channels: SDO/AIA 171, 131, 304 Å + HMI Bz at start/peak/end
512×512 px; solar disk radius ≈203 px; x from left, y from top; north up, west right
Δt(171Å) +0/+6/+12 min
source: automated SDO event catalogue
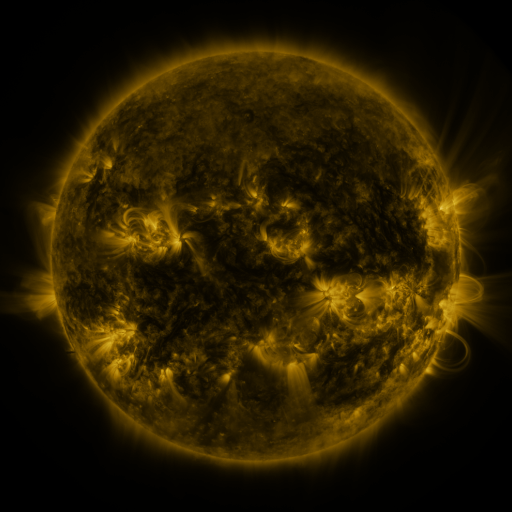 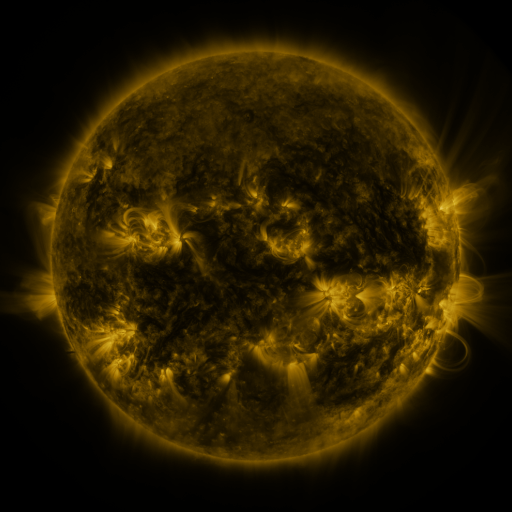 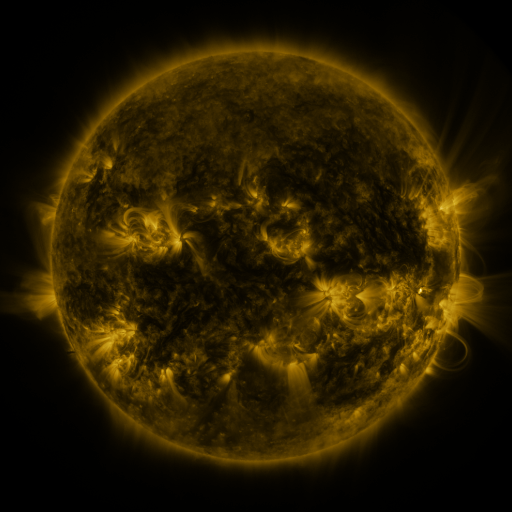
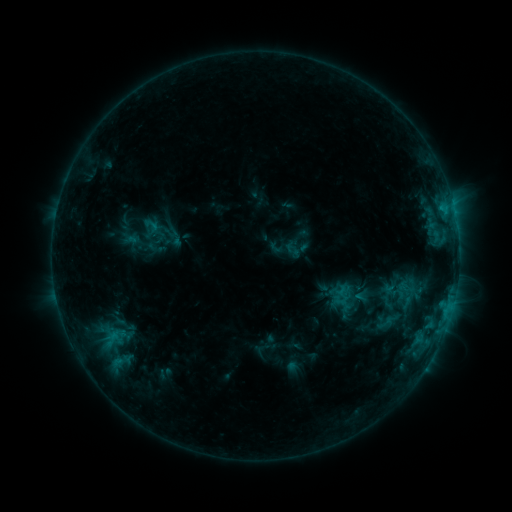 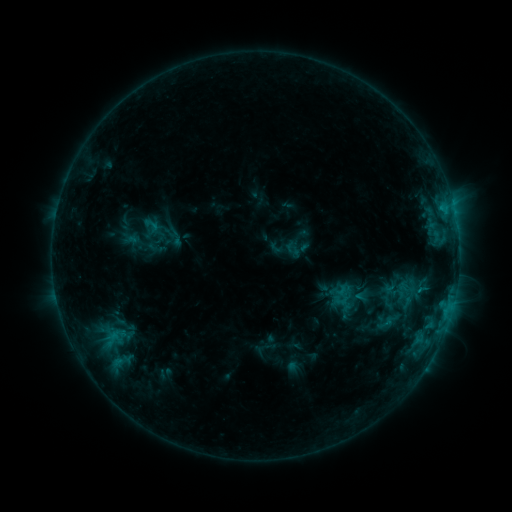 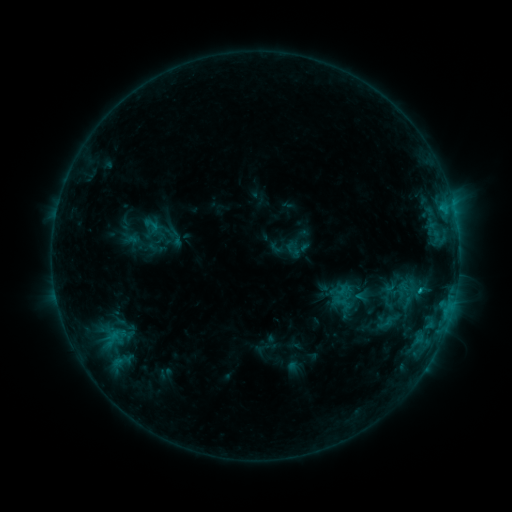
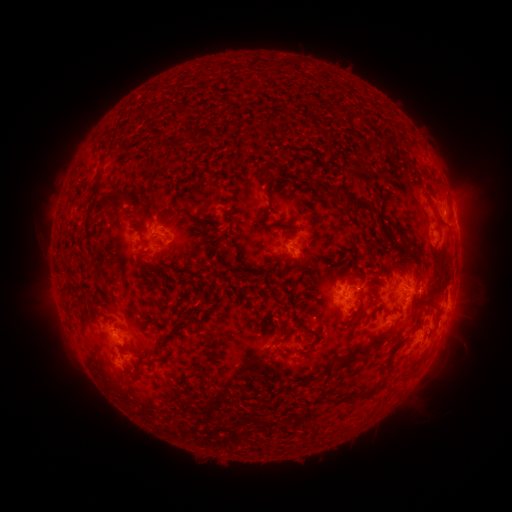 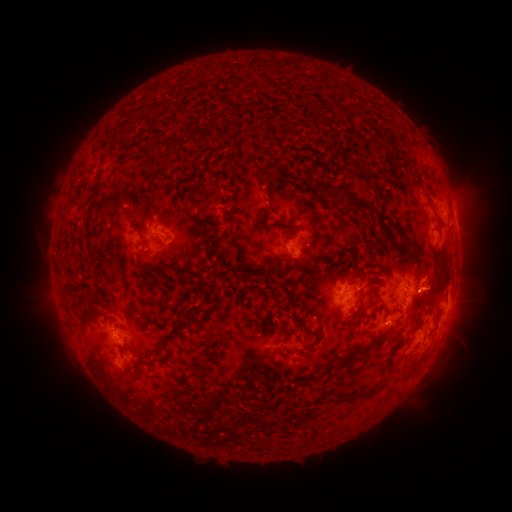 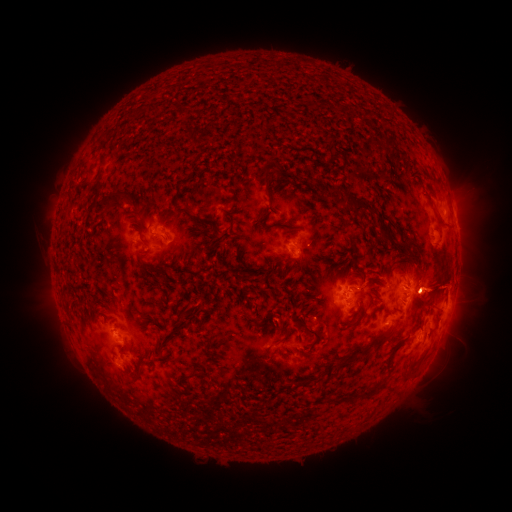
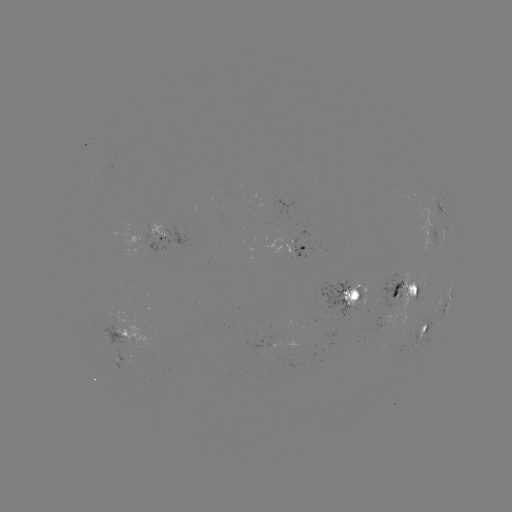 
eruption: (410, 253, 471, 316)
